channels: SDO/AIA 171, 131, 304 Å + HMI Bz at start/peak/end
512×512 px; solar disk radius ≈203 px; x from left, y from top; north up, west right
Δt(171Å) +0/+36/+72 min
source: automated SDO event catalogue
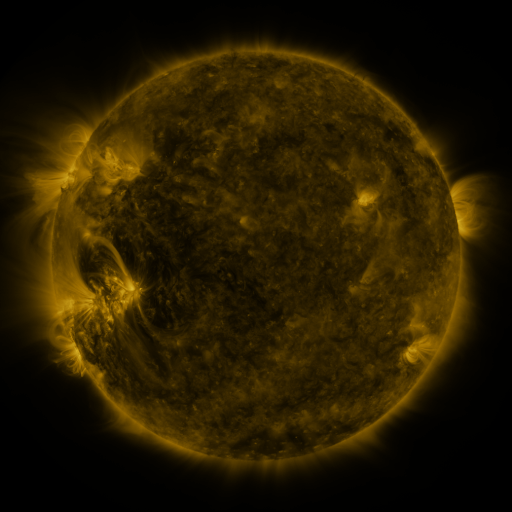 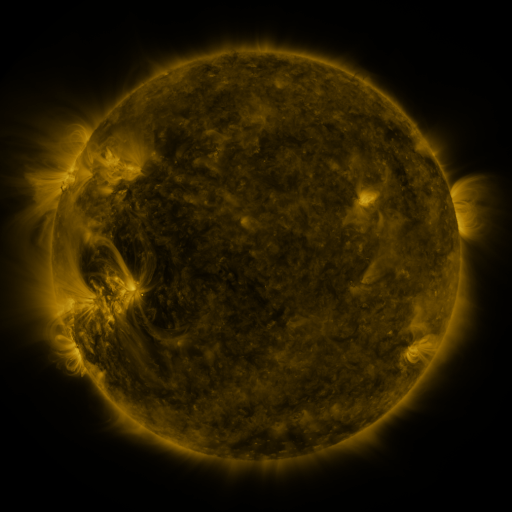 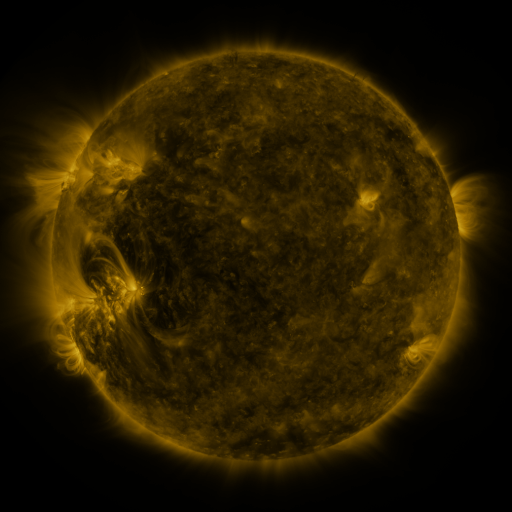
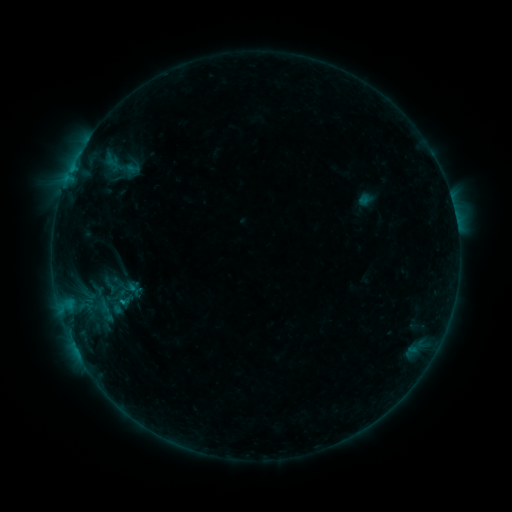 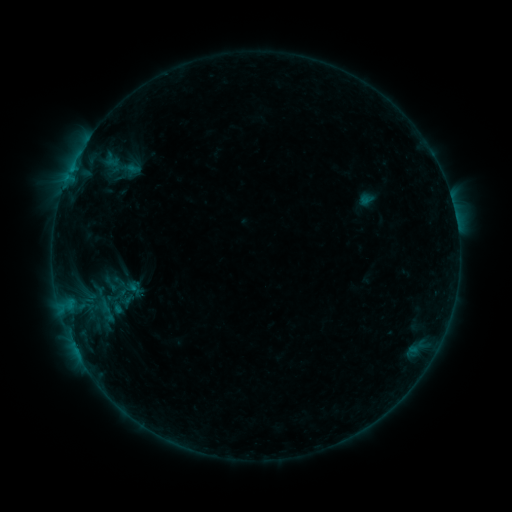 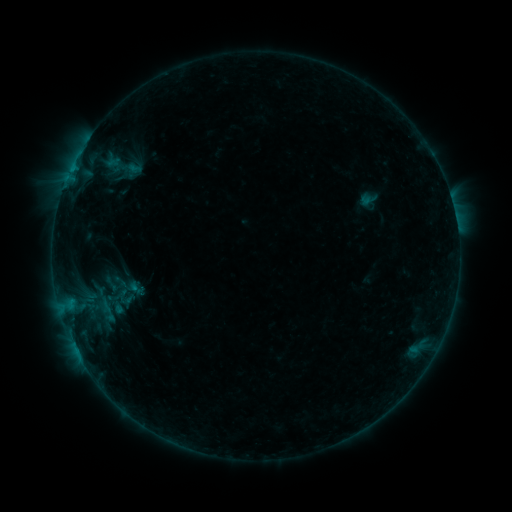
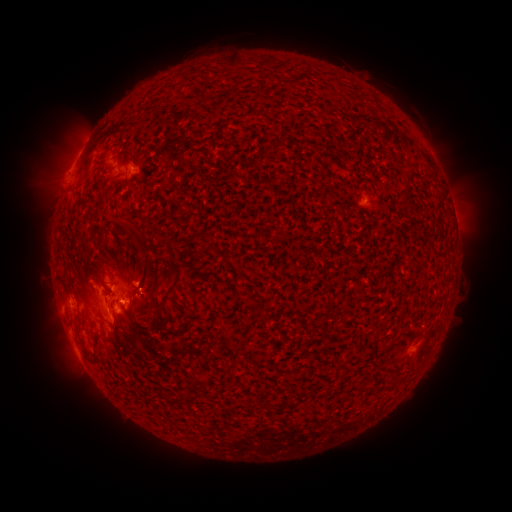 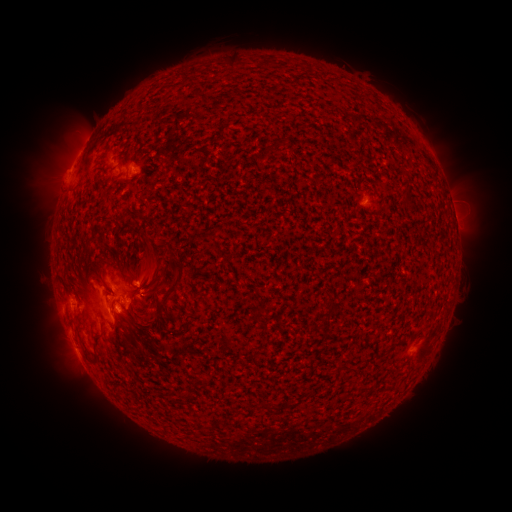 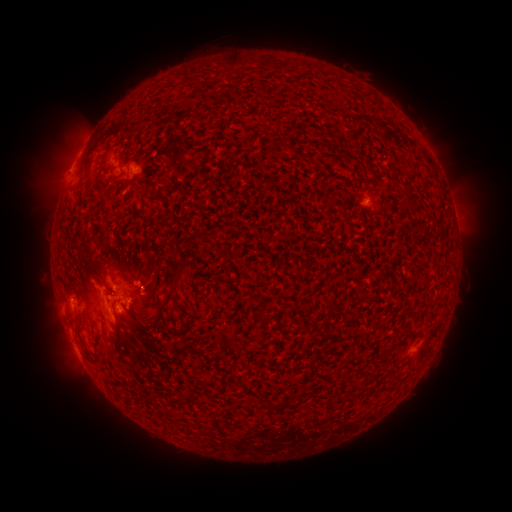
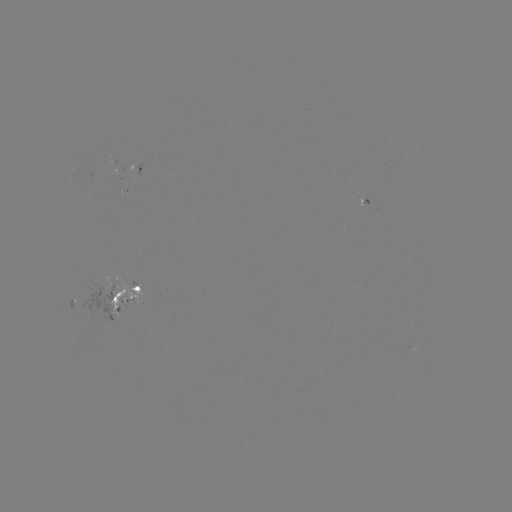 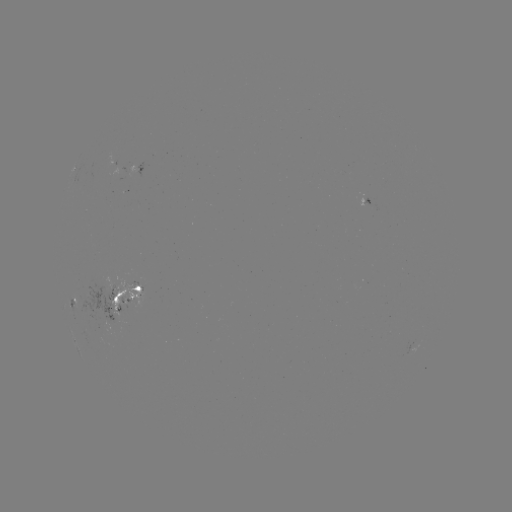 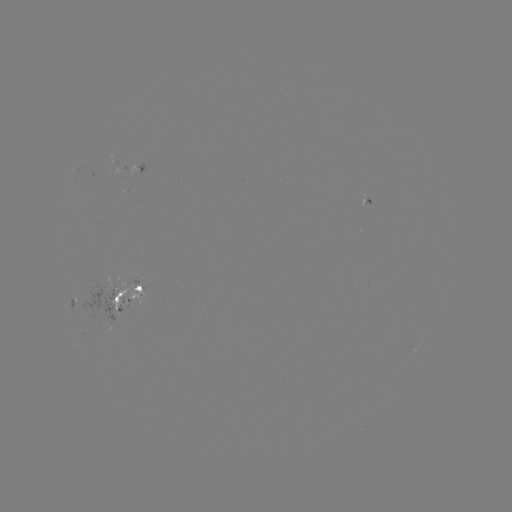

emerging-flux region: <bbox>75, 286, 121, 323</bbox>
